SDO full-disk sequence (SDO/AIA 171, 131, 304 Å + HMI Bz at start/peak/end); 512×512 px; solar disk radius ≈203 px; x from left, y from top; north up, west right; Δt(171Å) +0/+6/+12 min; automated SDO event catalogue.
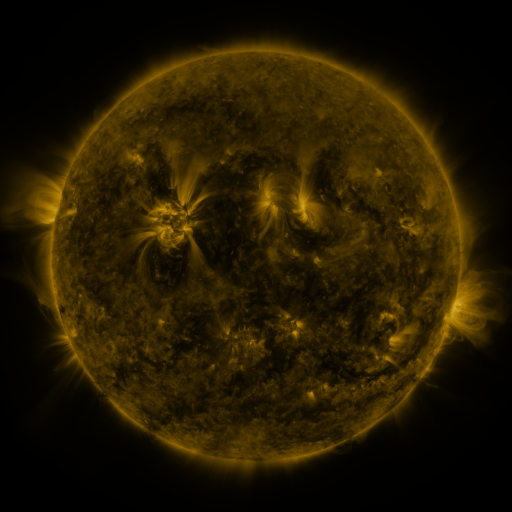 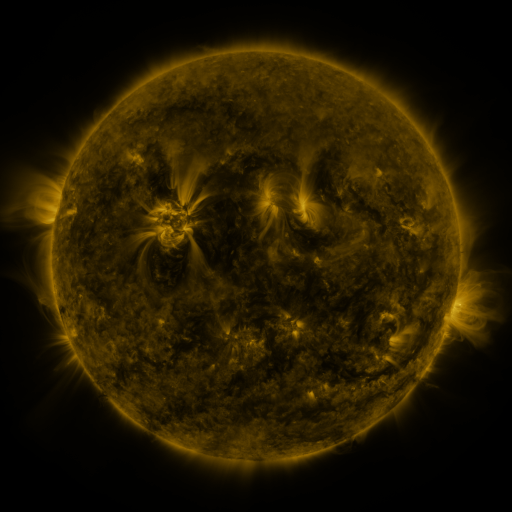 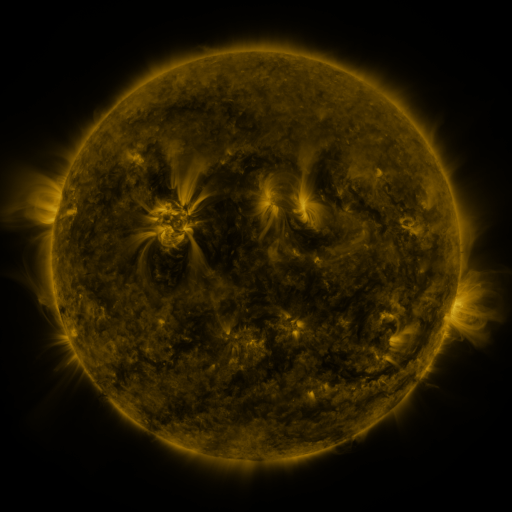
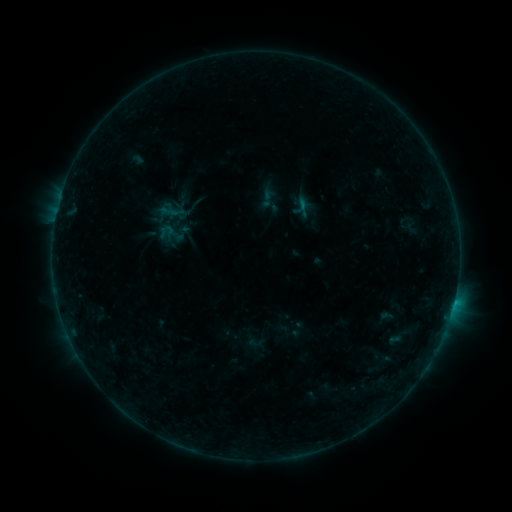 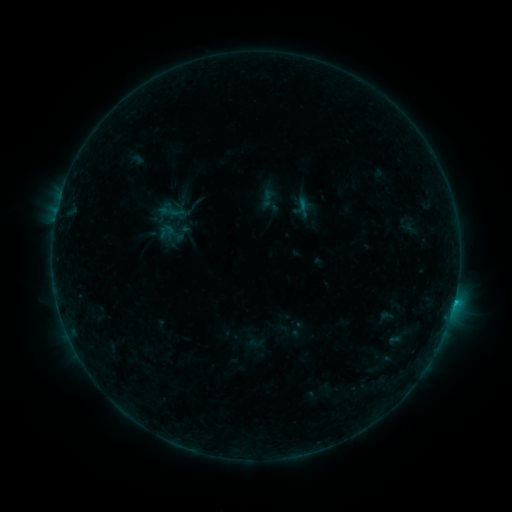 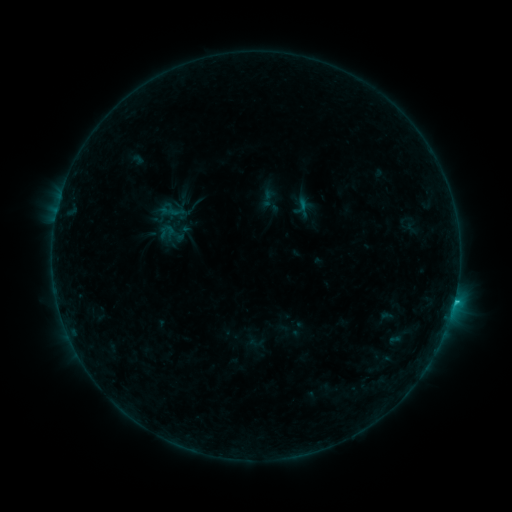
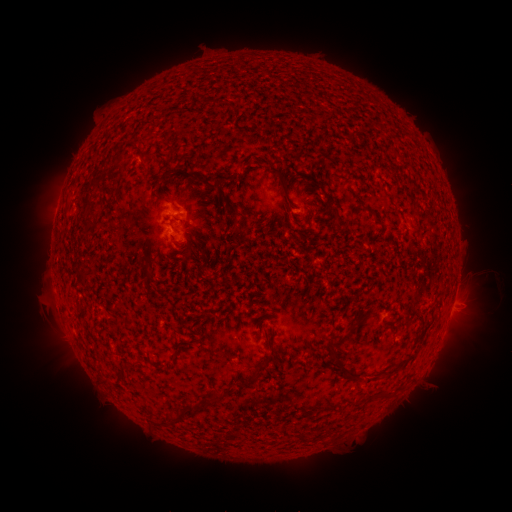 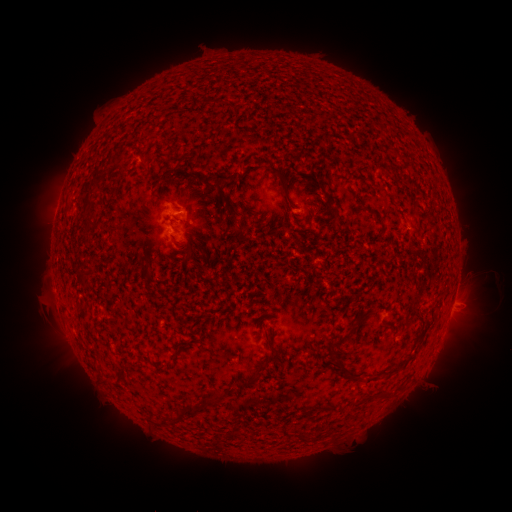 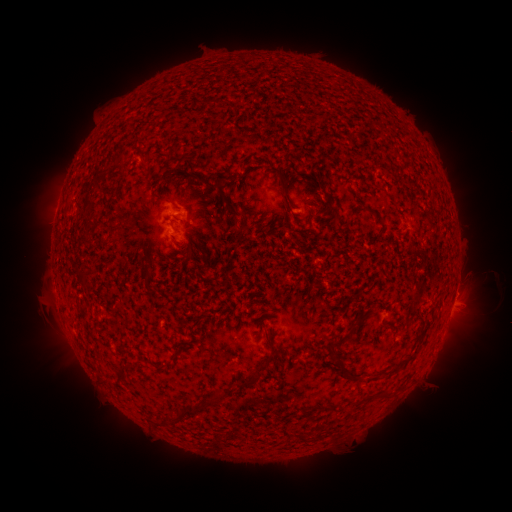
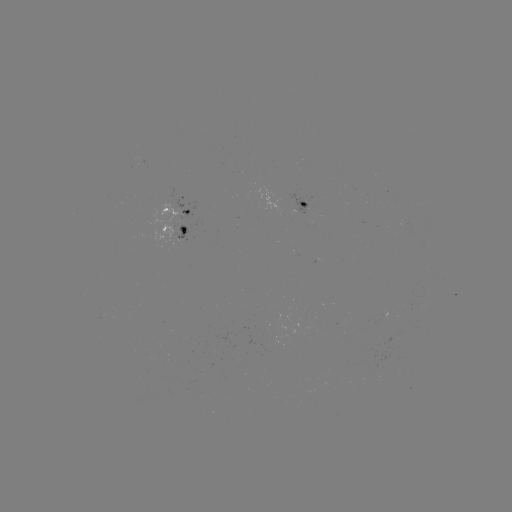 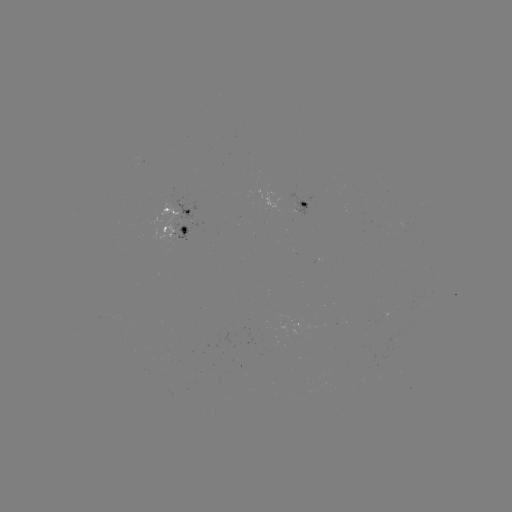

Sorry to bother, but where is B5.8 flare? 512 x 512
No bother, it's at (453, 301).